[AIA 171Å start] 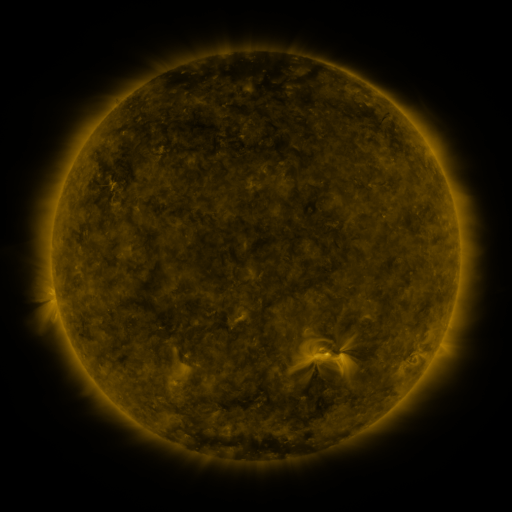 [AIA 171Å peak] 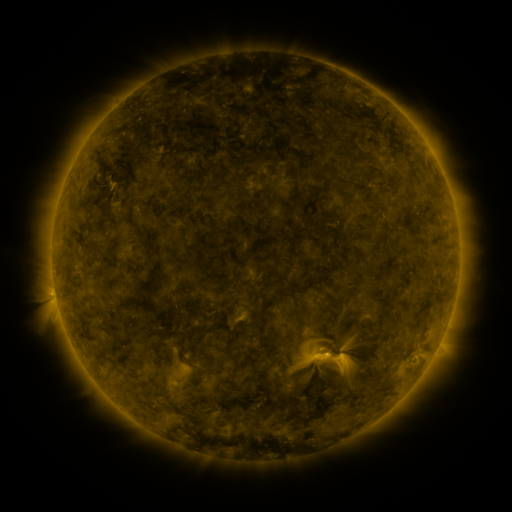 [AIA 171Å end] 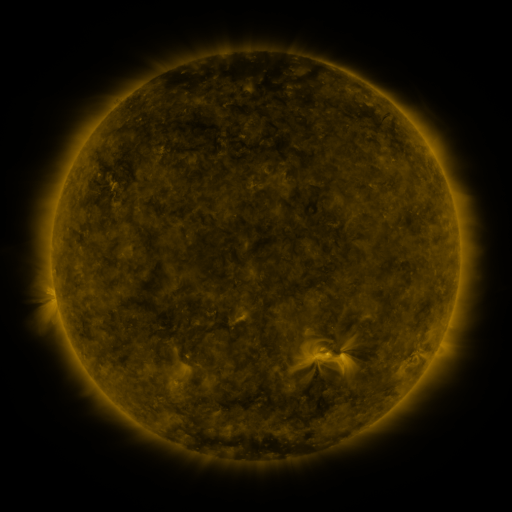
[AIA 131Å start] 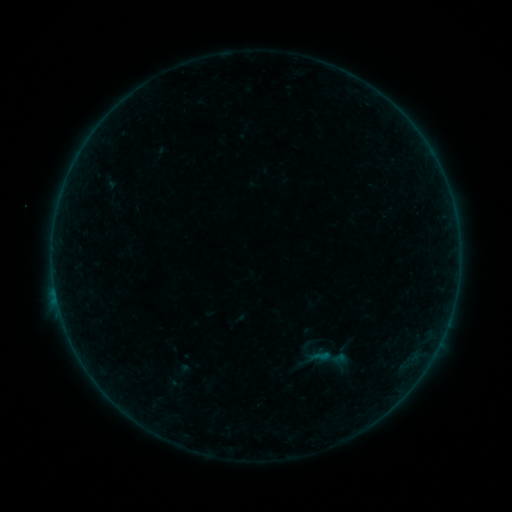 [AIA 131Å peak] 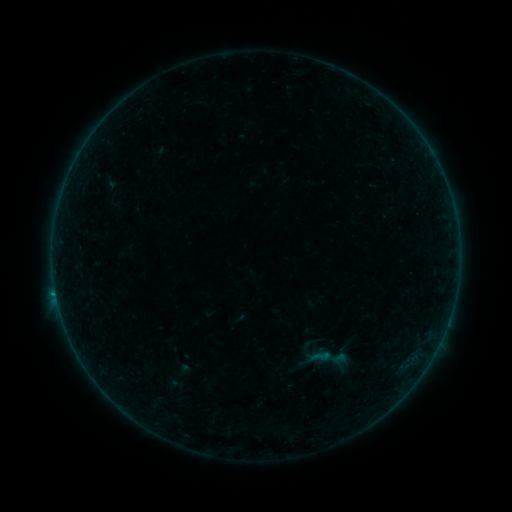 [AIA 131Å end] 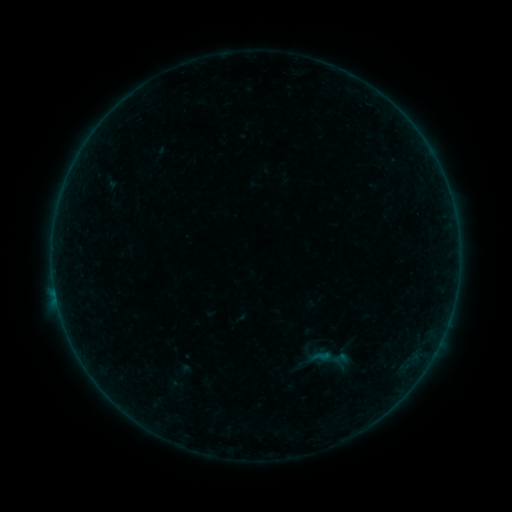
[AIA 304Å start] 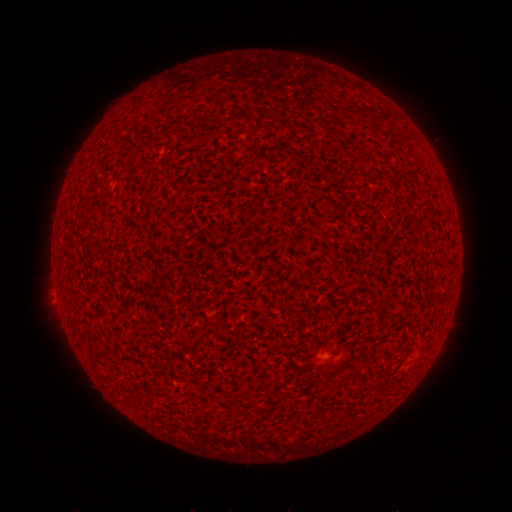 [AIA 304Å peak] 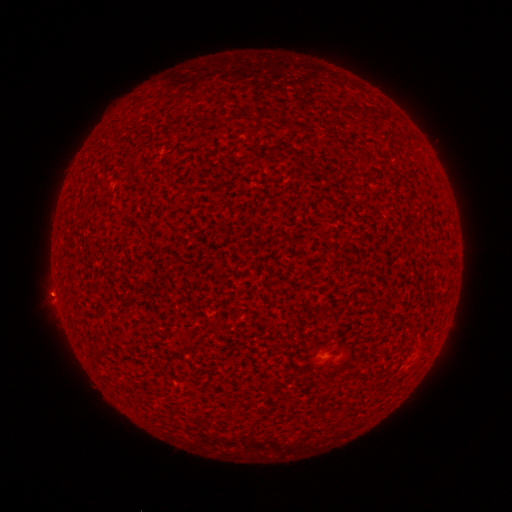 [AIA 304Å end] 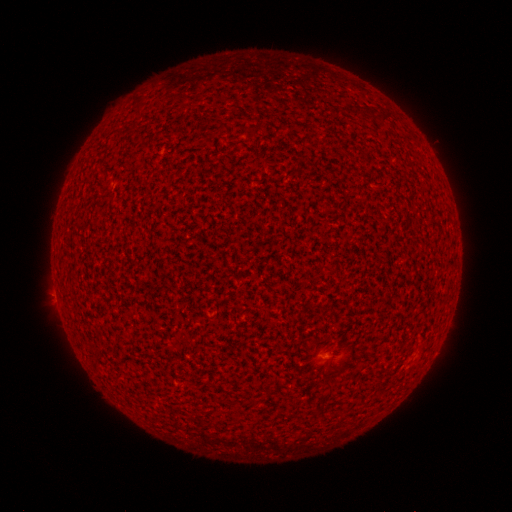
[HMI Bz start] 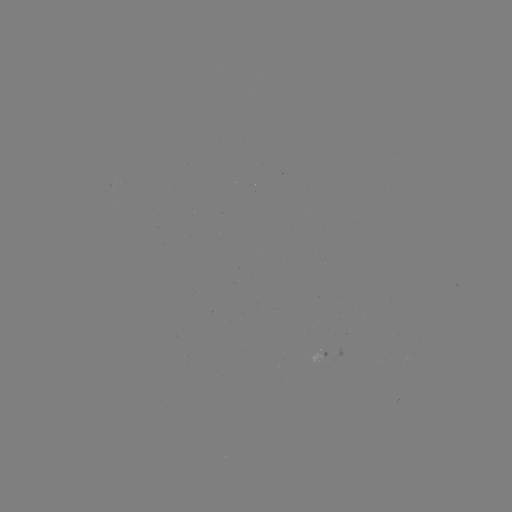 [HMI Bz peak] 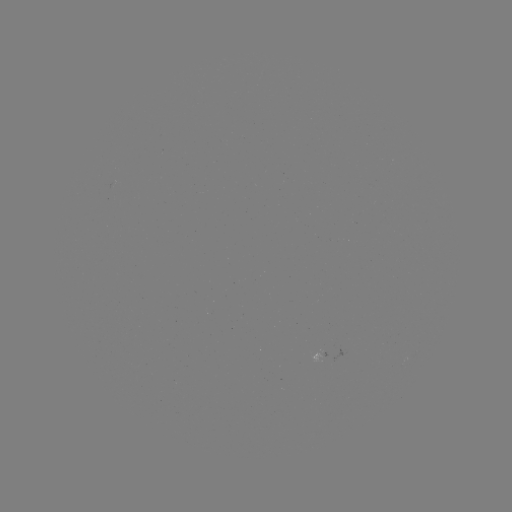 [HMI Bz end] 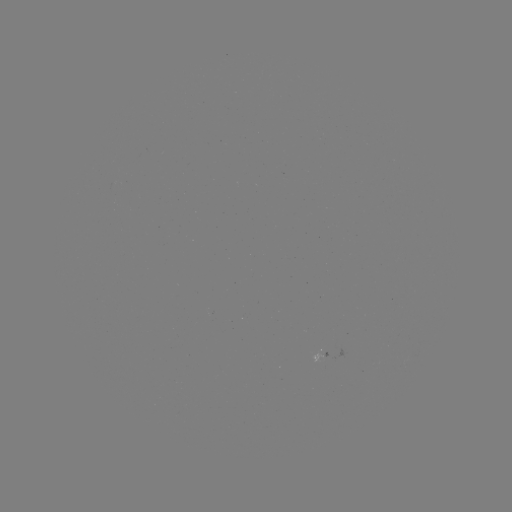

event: flare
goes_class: B1.4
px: (56, 291)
